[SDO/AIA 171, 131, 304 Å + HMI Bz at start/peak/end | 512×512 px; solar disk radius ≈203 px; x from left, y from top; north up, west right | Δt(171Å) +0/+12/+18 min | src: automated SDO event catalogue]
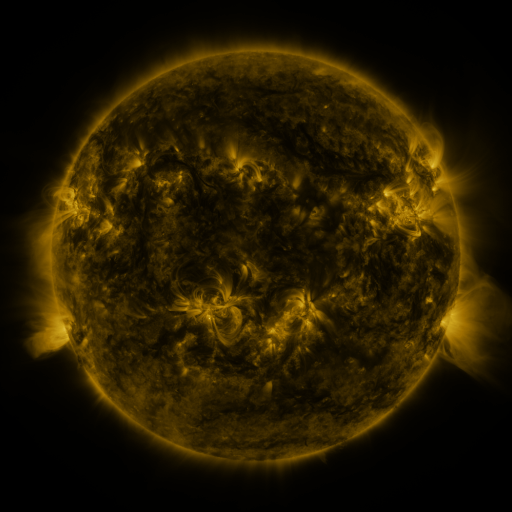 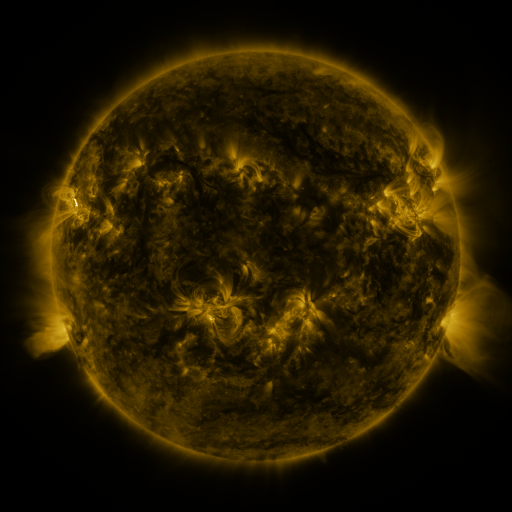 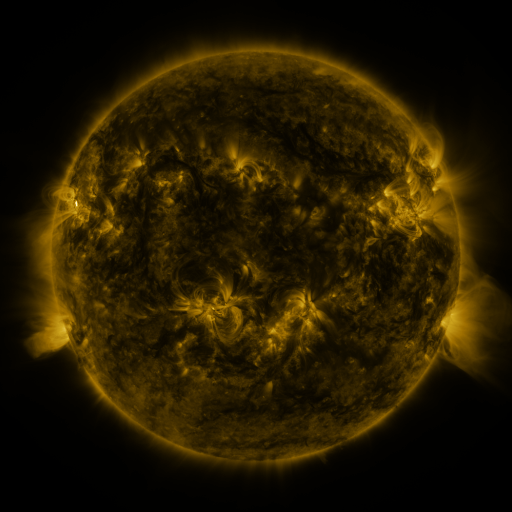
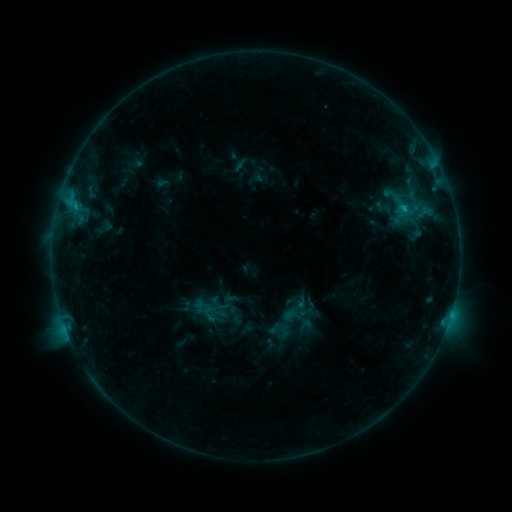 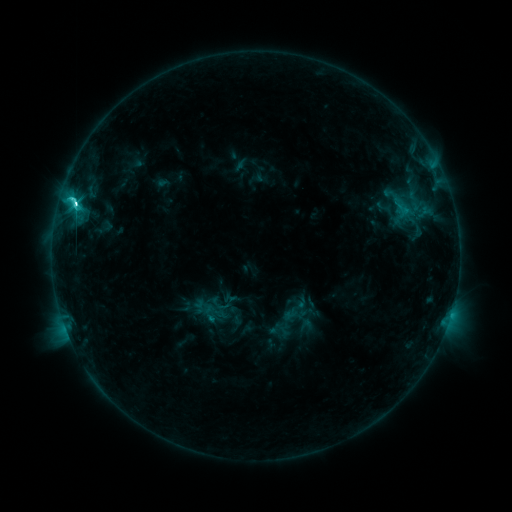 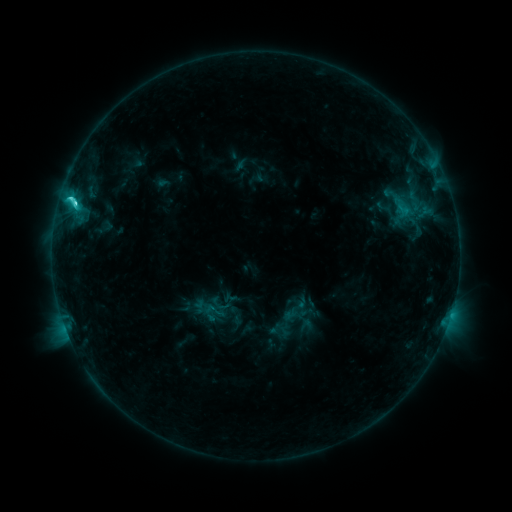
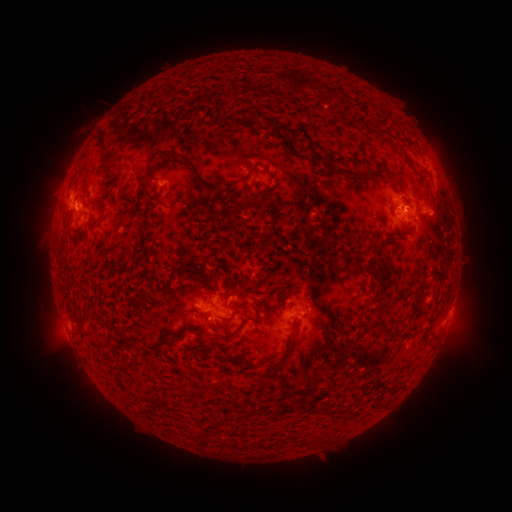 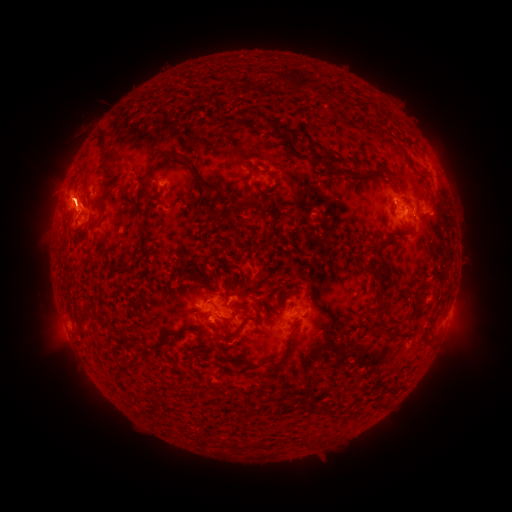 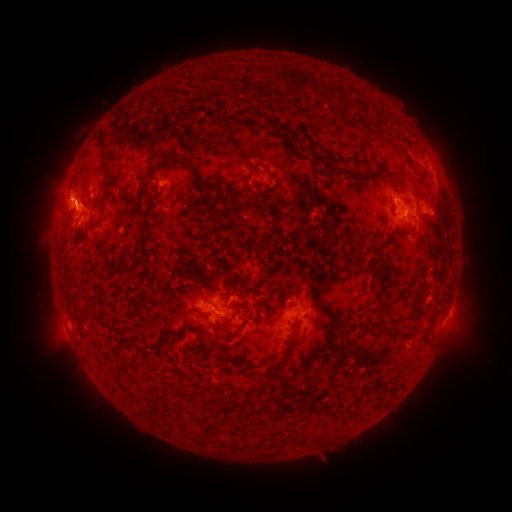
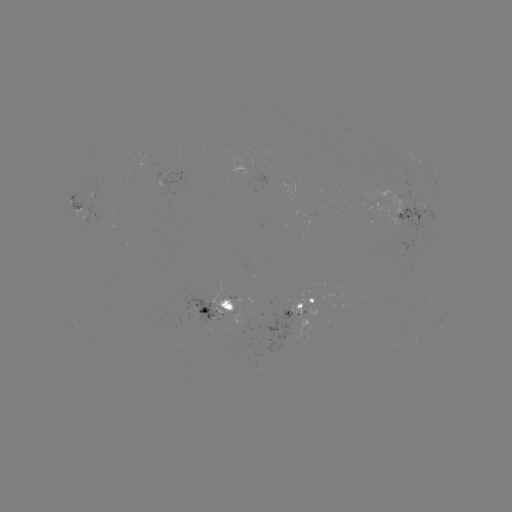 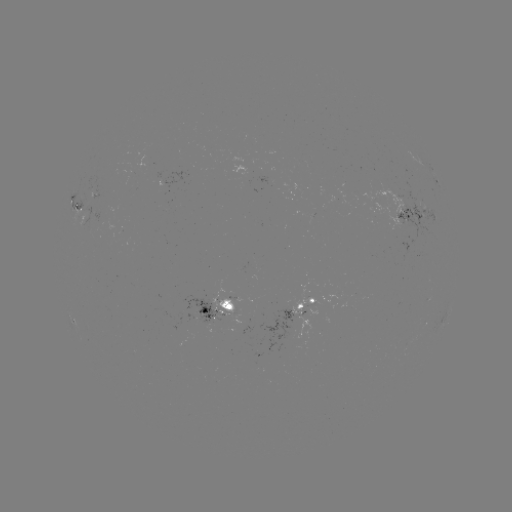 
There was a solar flare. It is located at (76, 204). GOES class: C5.6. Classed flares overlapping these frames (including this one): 1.